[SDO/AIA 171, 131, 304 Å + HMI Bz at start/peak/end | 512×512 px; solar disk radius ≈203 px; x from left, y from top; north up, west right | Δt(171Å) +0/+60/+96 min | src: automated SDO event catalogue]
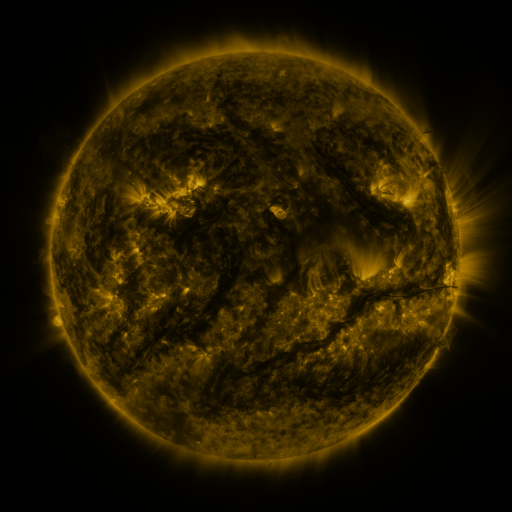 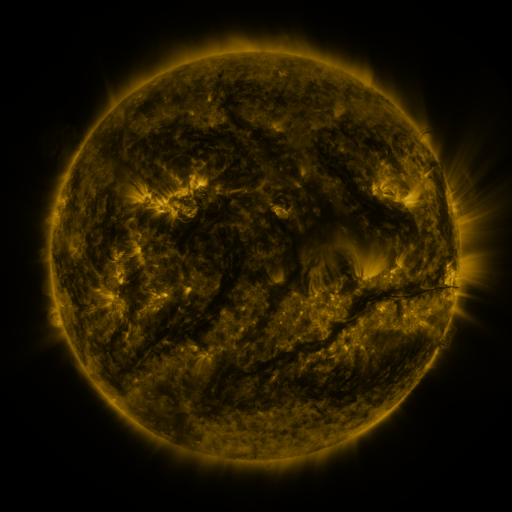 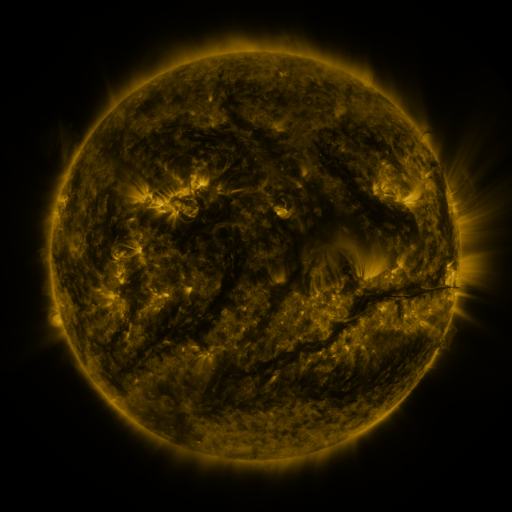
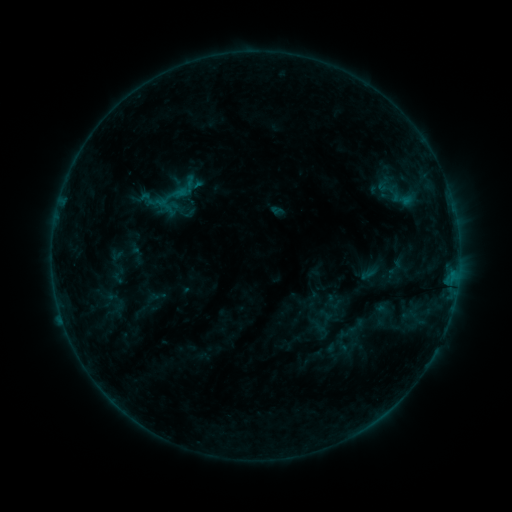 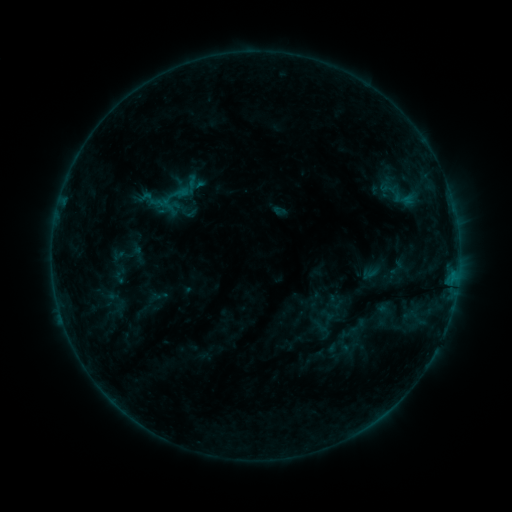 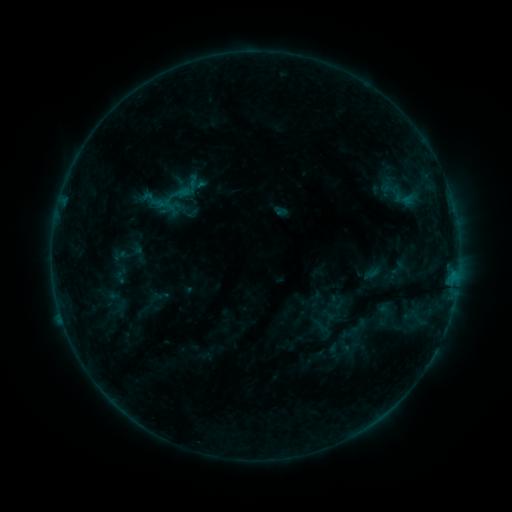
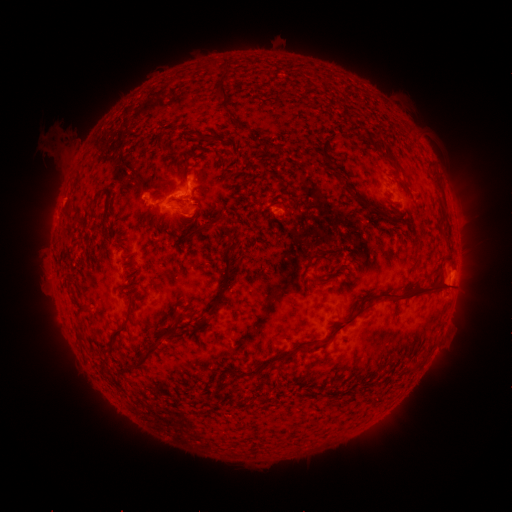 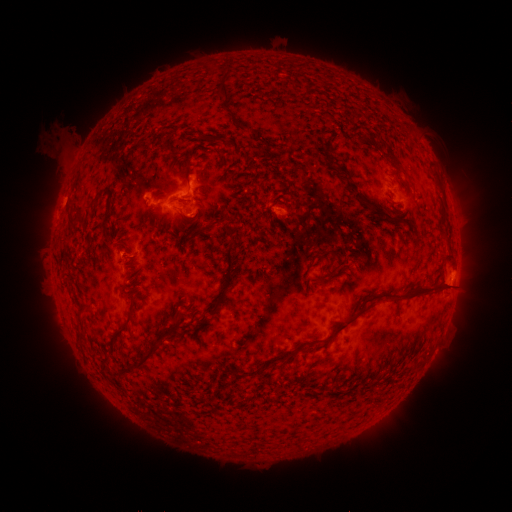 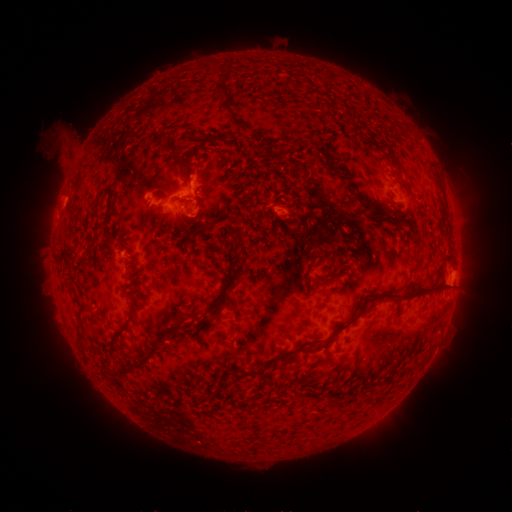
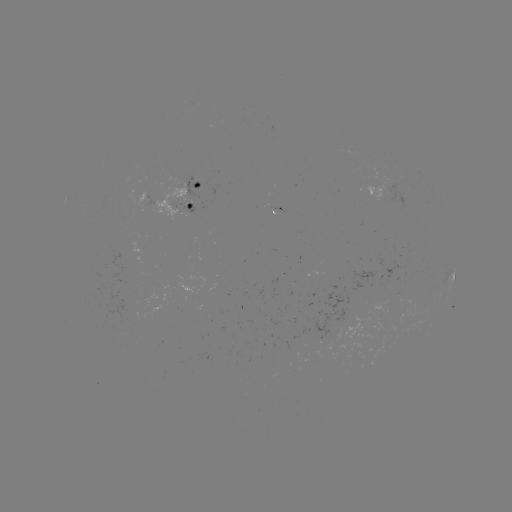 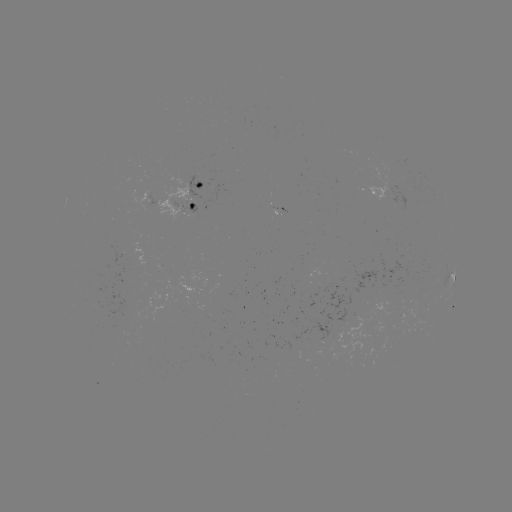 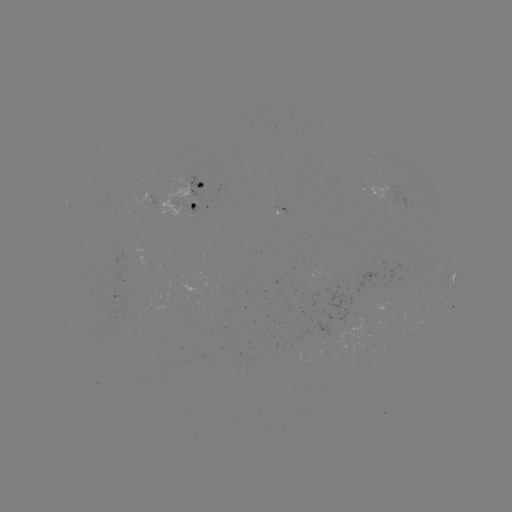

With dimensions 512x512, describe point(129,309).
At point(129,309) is emerging-flux region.